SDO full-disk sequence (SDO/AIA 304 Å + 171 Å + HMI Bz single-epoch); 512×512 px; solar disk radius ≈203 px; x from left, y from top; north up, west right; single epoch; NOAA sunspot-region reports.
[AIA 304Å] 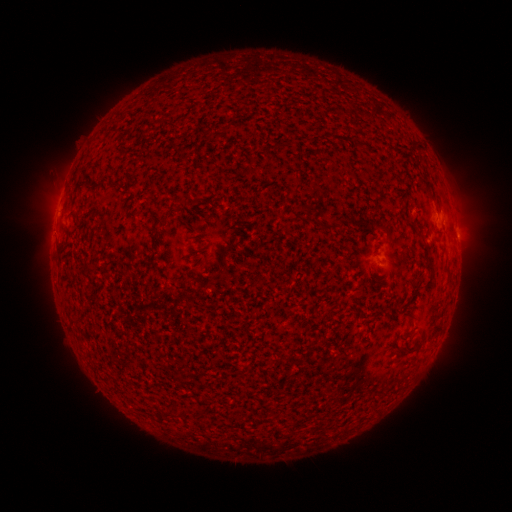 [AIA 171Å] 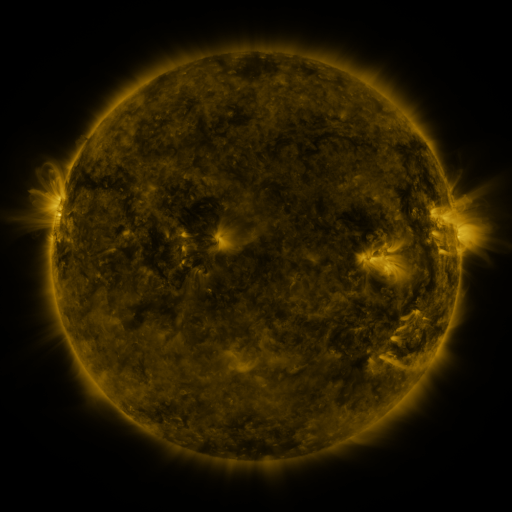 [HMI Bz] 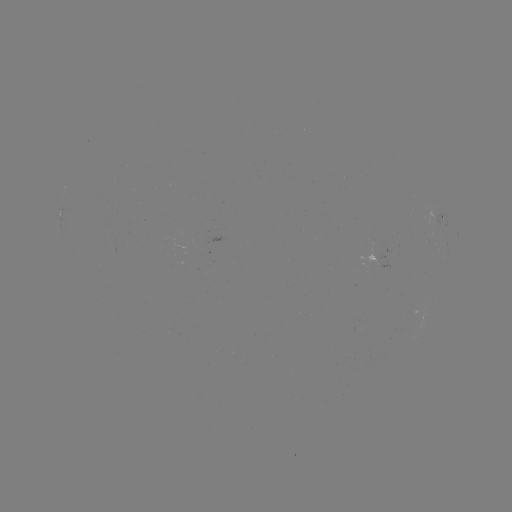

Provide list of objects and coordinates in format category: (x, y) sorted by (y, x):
spotted active region: (444, 222)
spotted active region: (383, 261)
